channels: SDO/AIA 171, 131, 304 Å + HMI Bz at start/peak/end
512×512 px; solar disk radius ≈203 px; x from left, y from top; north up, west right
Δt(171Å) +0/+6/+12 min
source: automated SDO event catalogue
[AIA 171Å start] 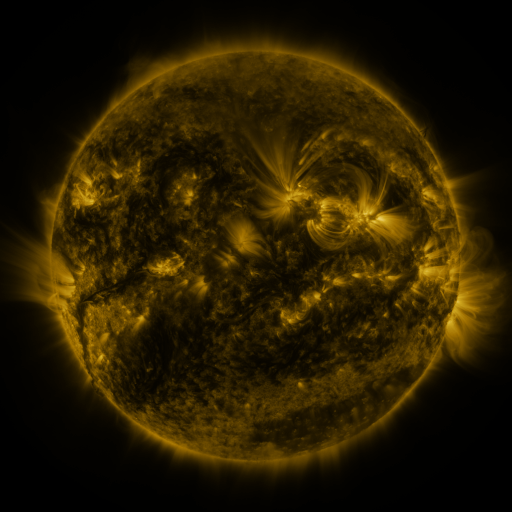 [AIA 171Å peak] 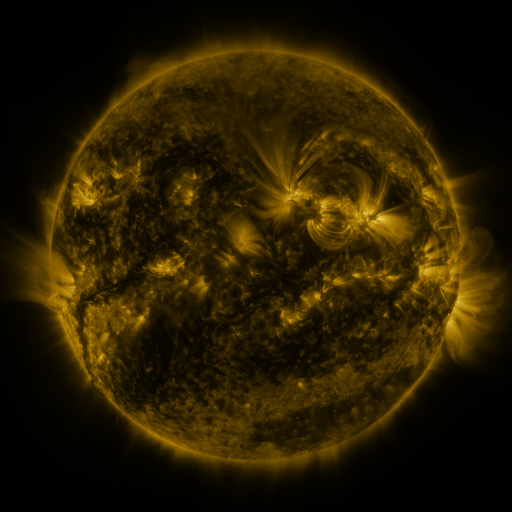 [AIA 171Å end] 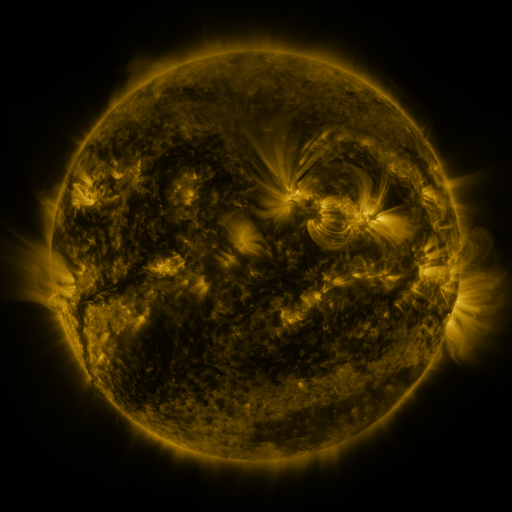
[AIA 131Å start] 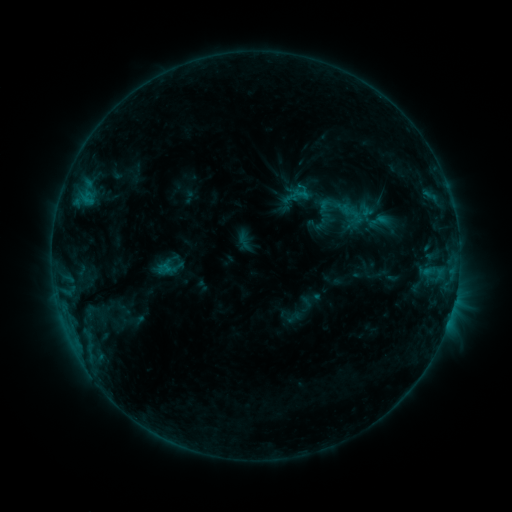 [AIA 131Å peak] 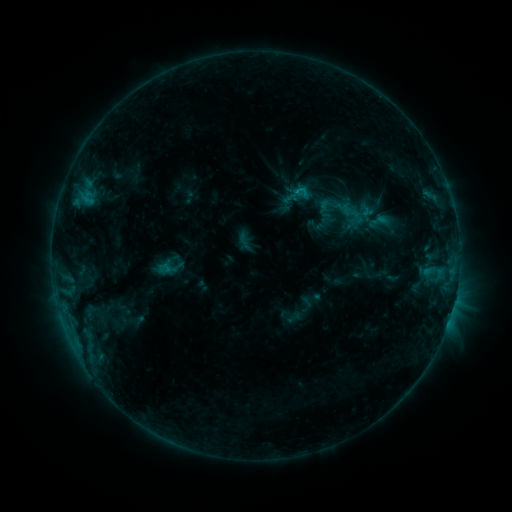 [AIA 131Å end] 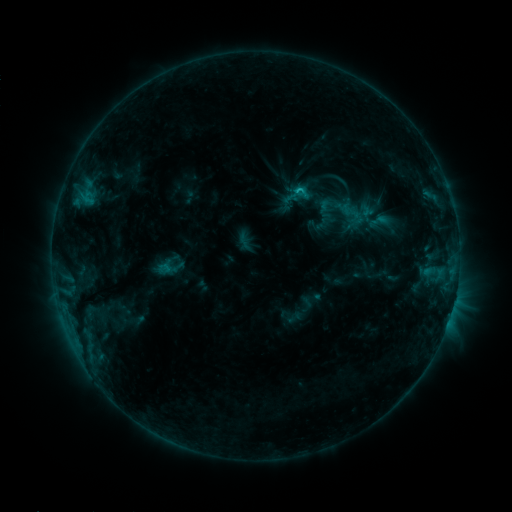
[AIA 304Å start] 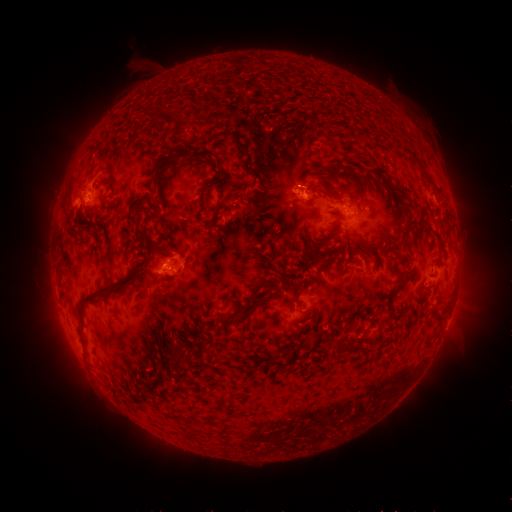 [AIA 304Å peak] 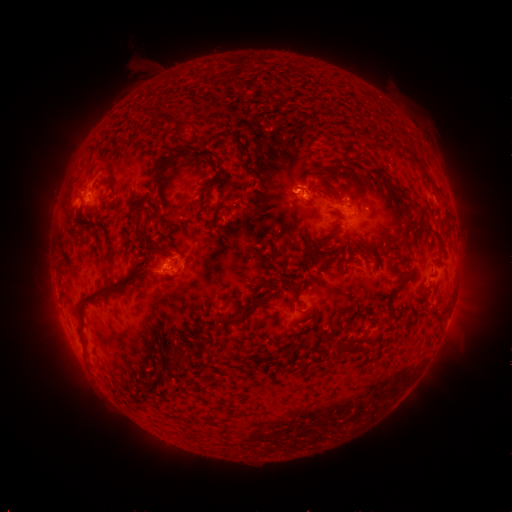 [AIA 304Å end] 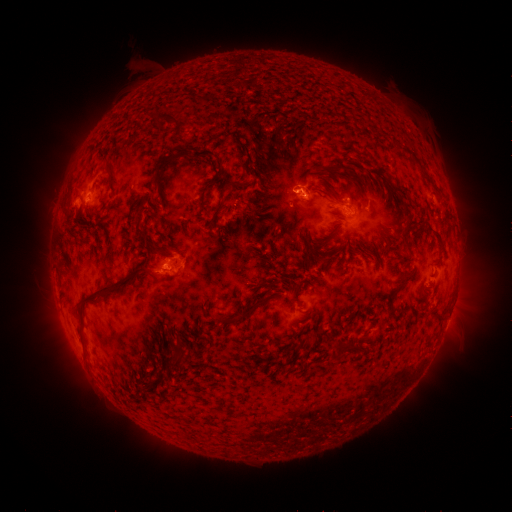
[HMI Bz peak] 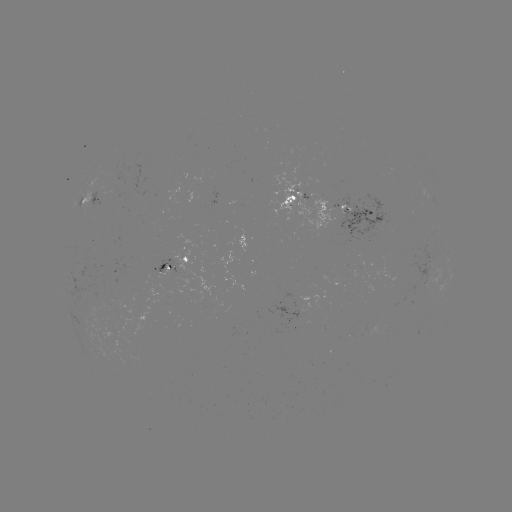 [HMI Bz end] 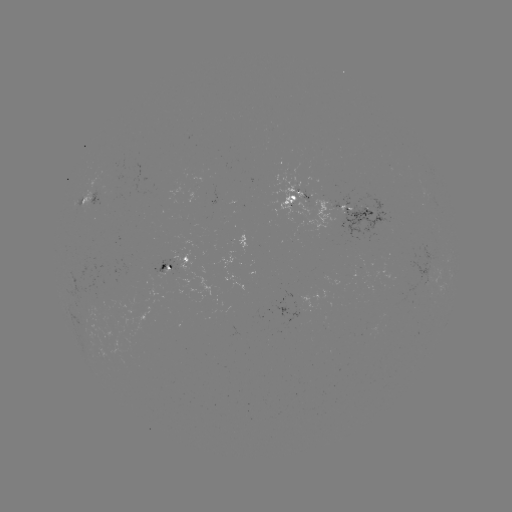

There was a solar flare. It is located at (294, 192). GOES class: C1.3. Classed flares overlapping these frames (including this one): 1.